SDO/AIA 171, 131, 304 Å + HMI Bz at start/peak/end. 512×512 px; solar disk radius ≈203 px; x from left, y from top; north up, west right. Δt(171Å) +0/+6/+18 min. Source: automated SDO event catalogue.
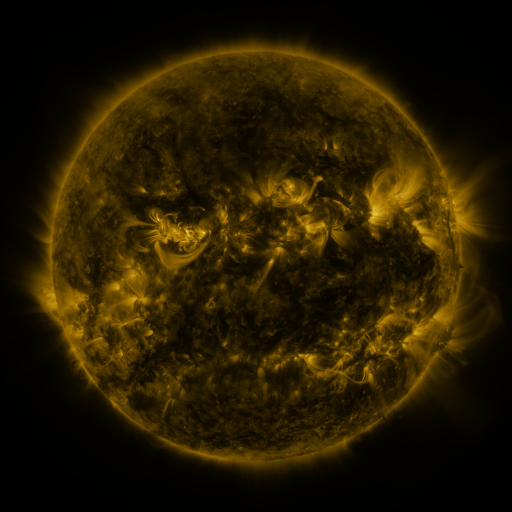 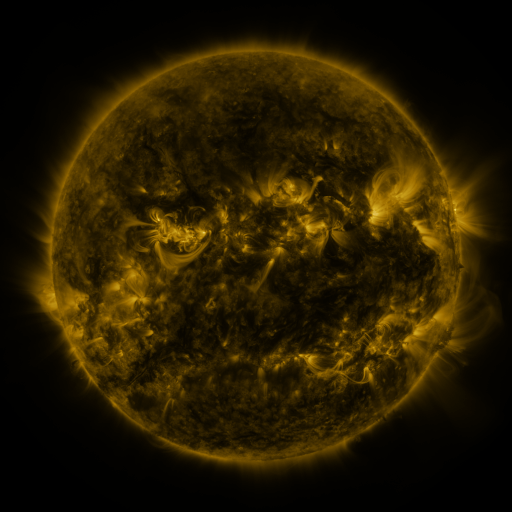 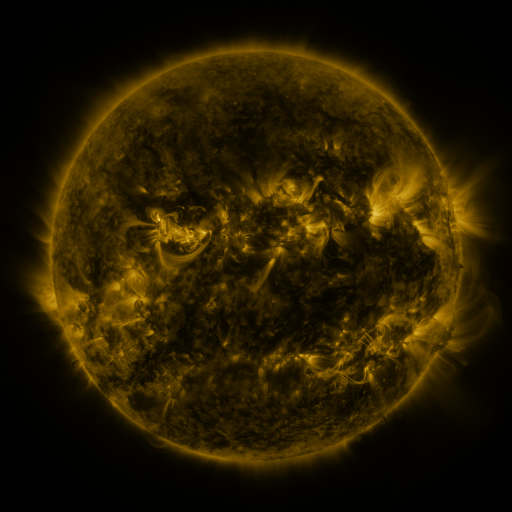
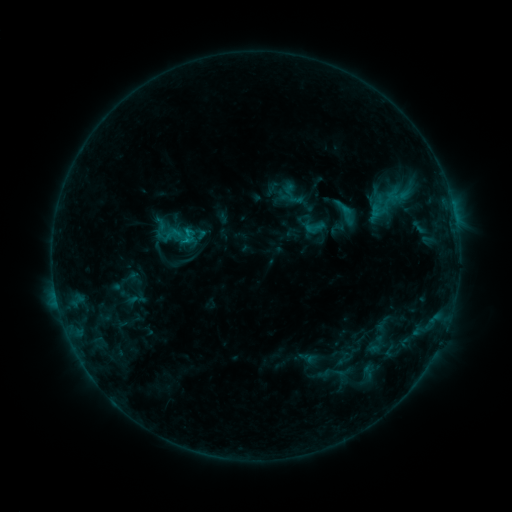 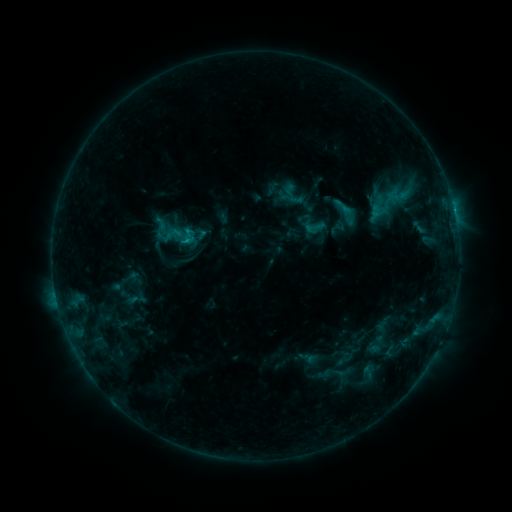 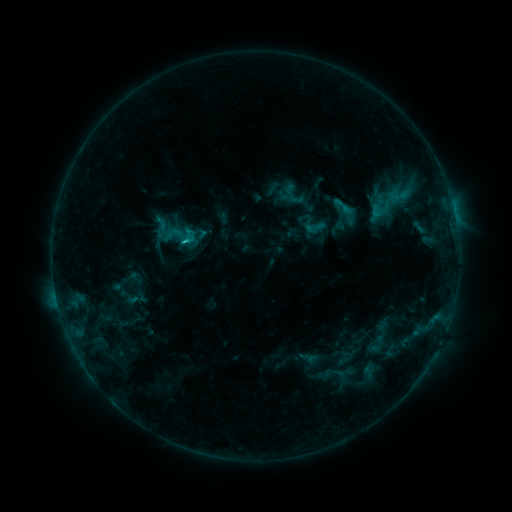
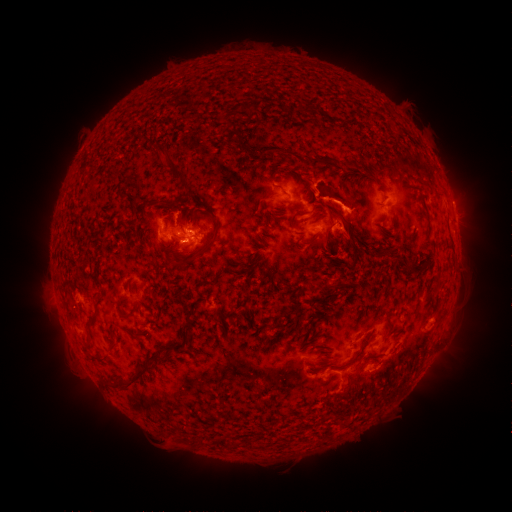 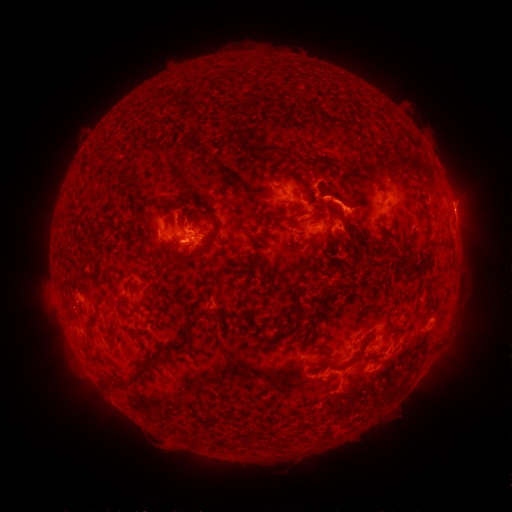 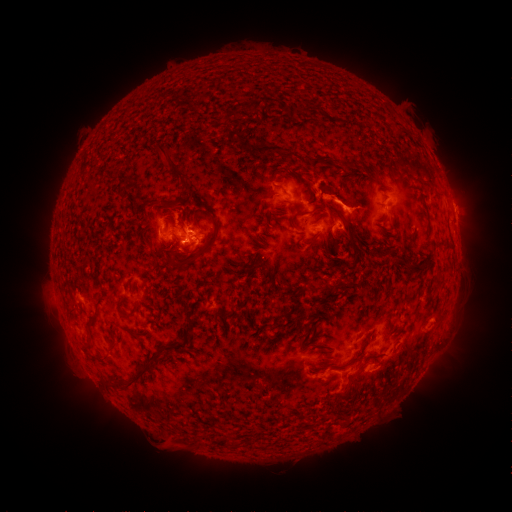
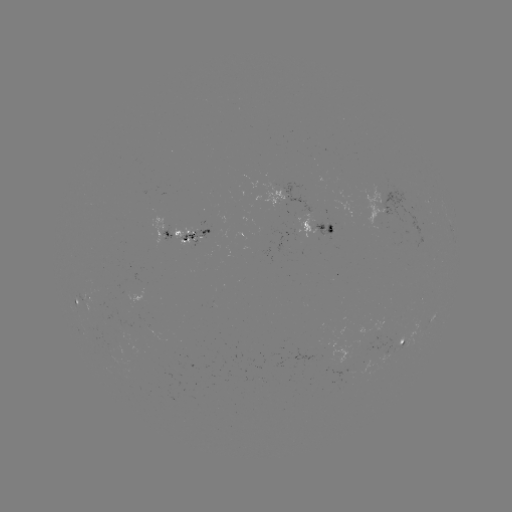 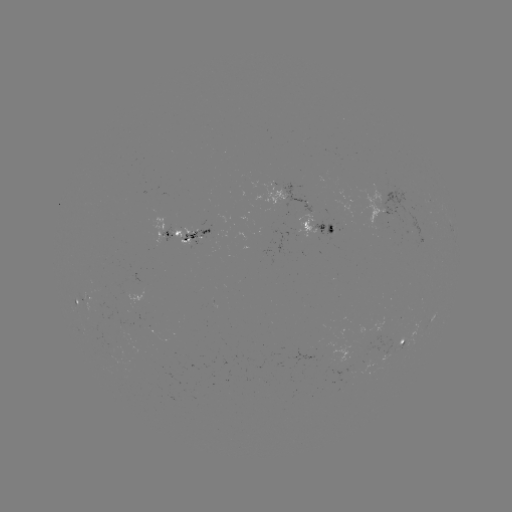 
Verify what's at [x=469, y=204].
eruption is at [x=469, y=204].